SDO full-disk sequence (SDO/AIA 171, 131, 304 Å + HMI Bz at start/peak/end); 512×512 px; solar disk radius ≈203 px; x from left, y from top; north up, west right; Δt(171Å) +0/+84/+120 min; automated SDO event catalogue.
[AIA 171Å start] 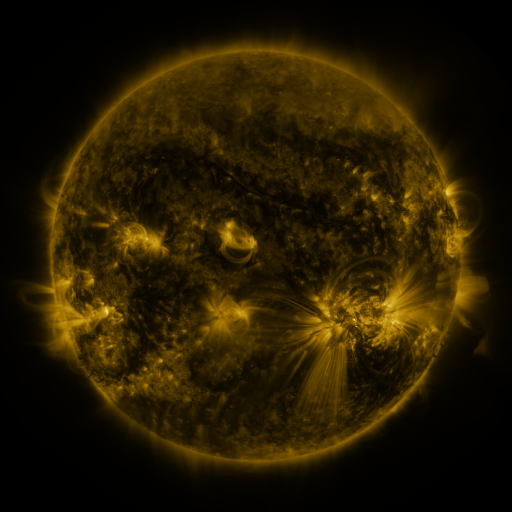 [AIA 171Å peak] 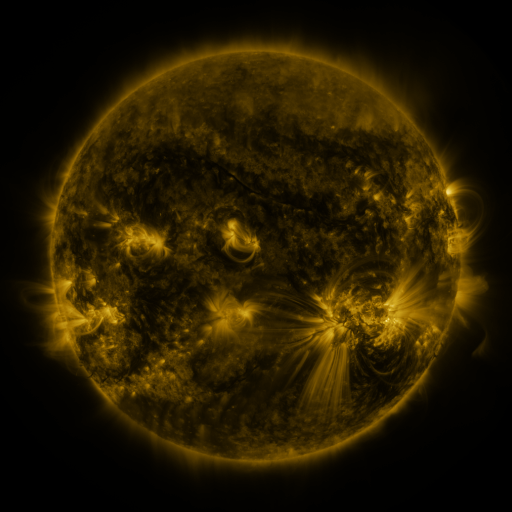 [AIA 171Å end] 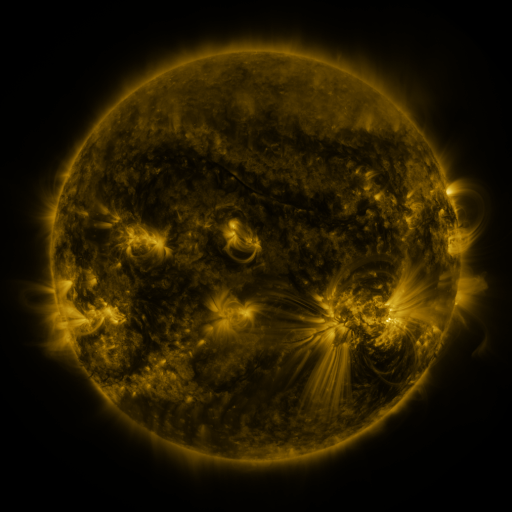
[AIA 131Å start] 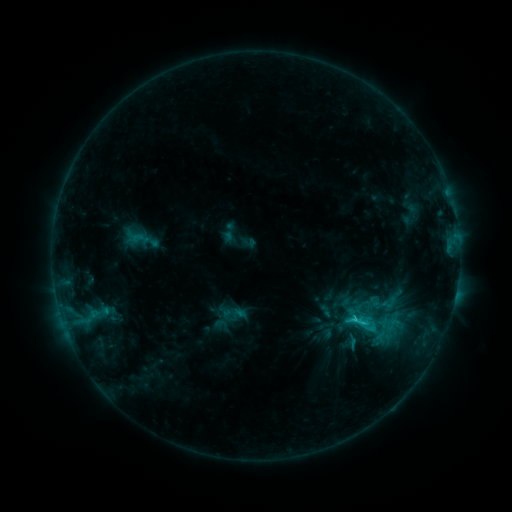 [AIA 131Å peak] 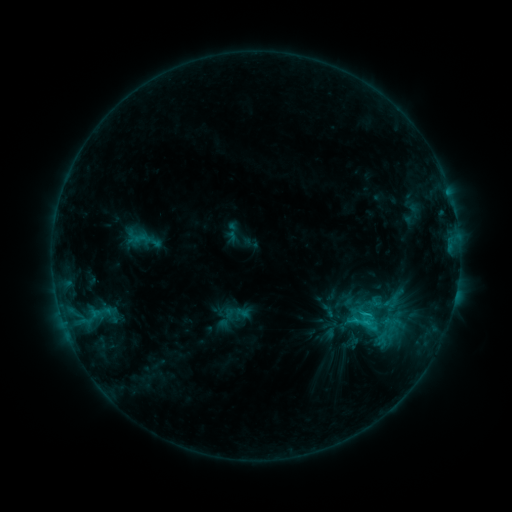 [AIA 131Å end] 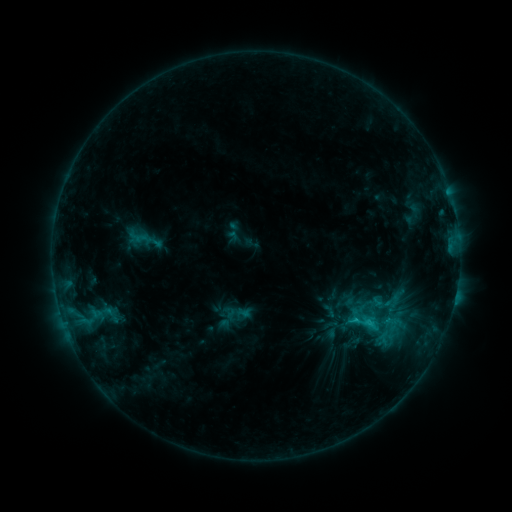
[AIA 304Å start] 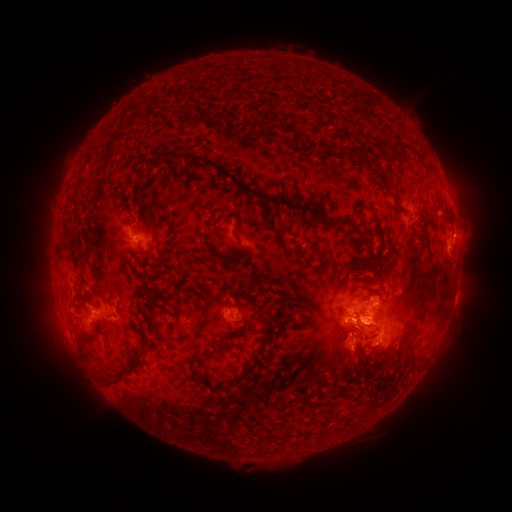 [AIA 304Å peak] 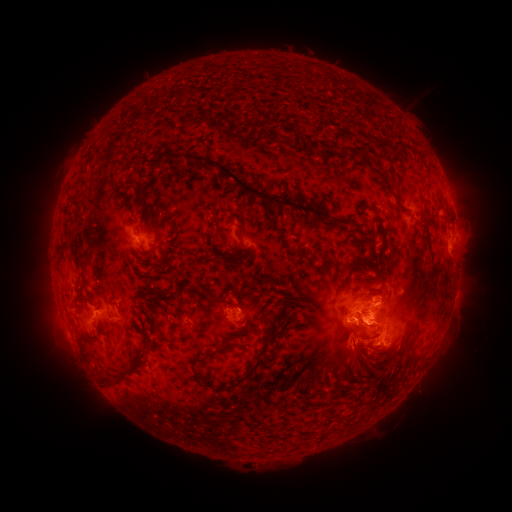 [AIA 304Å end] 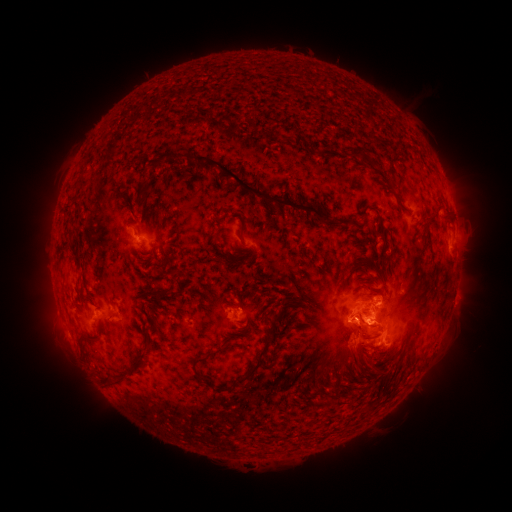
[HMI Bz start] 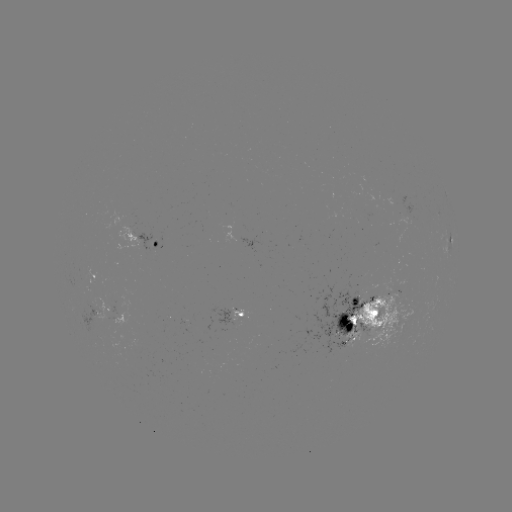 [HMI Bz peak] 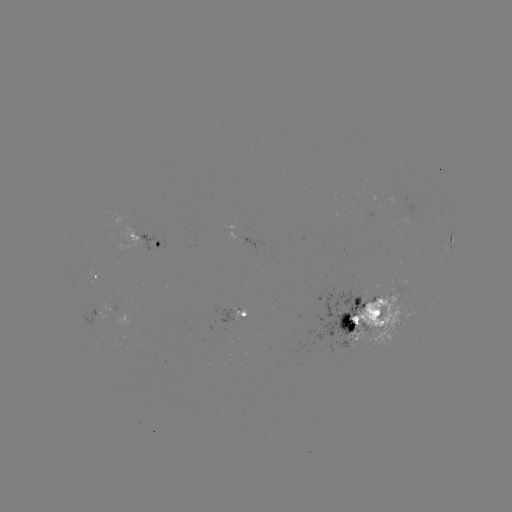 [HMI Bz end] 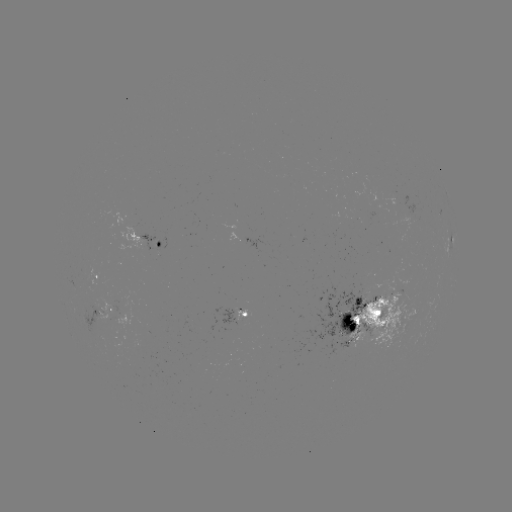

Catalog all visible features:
emerging-flux region: (238, 319)
